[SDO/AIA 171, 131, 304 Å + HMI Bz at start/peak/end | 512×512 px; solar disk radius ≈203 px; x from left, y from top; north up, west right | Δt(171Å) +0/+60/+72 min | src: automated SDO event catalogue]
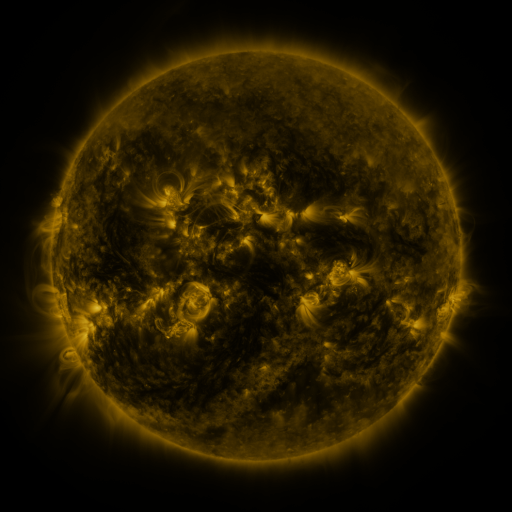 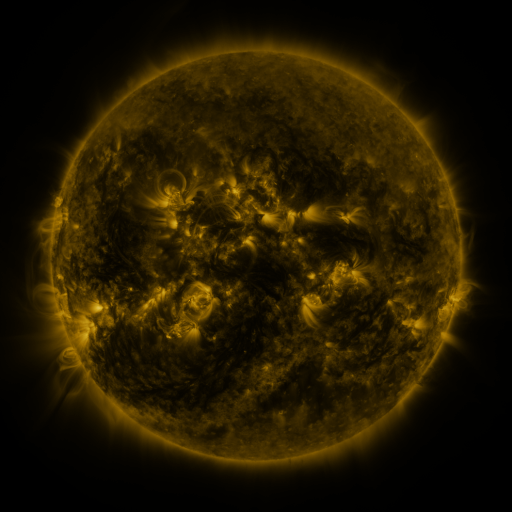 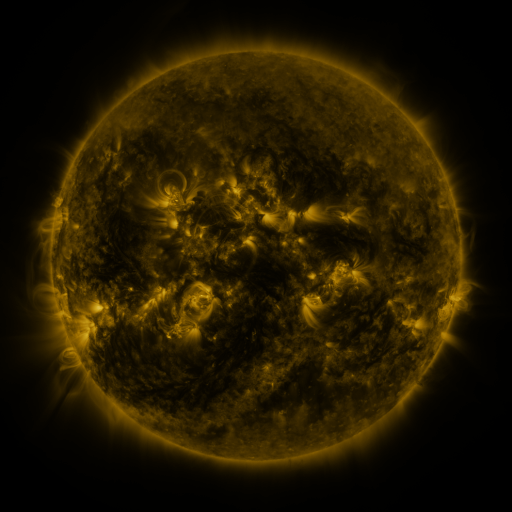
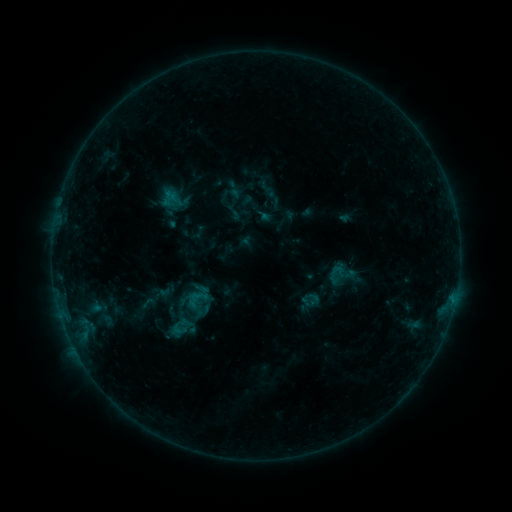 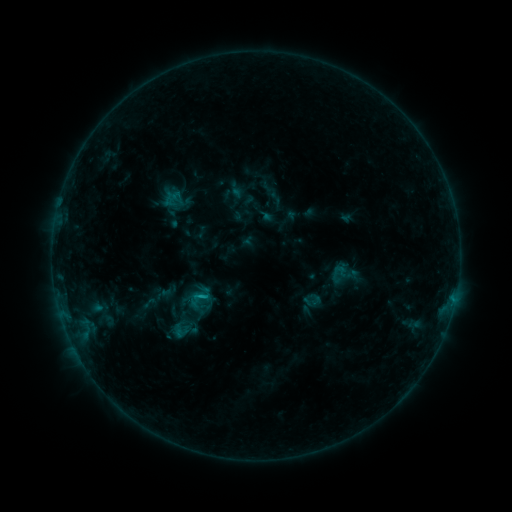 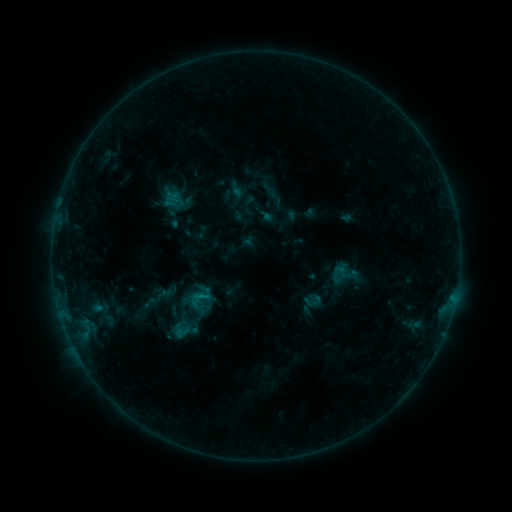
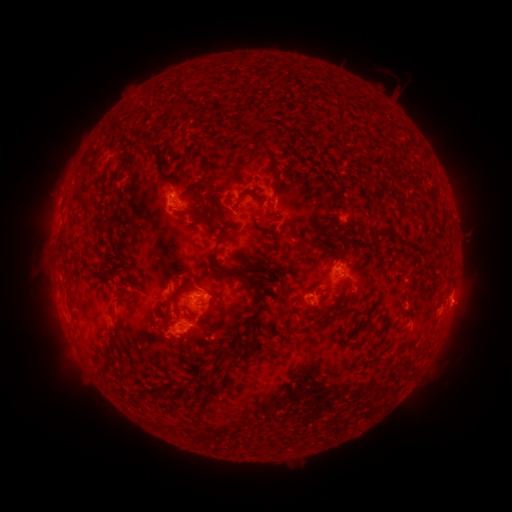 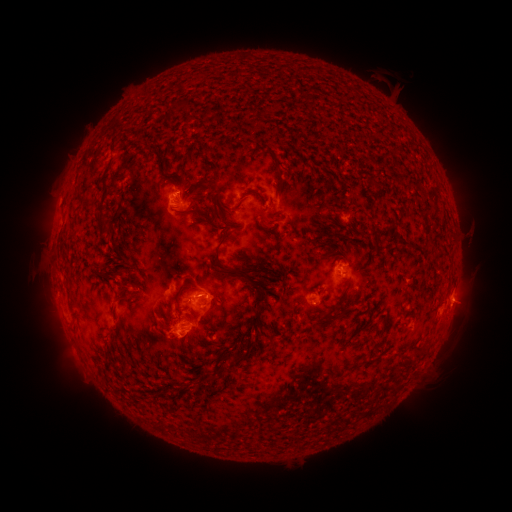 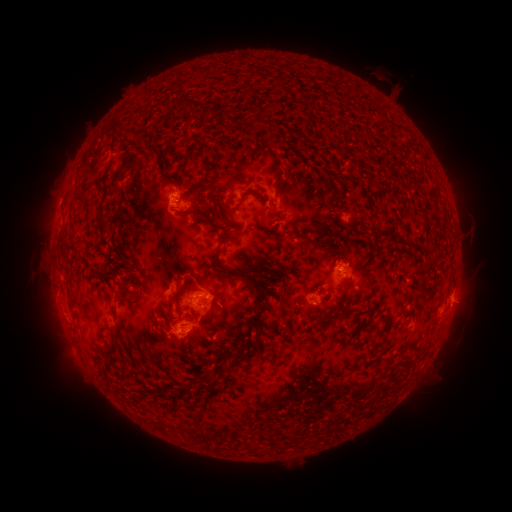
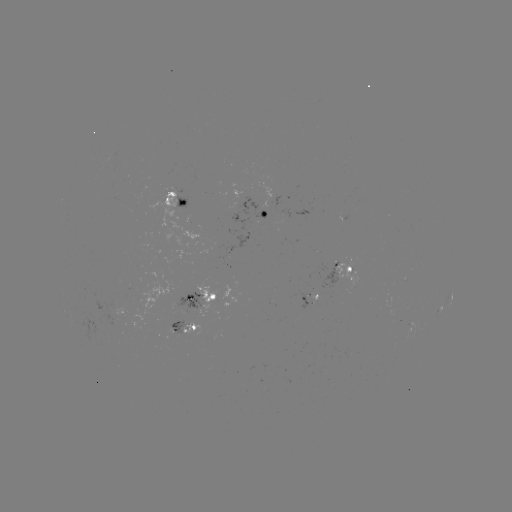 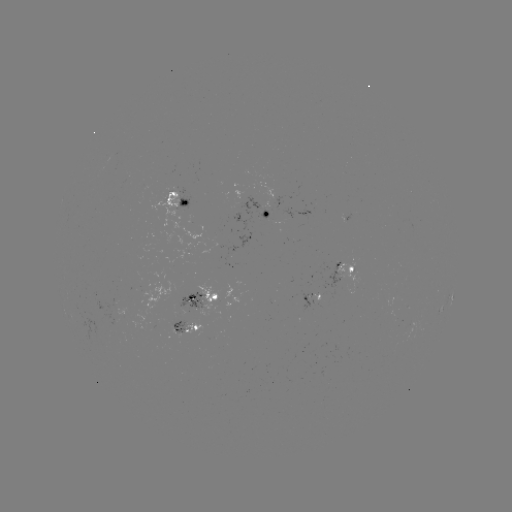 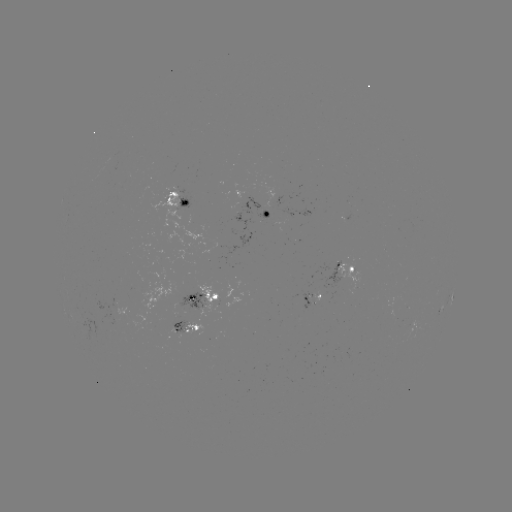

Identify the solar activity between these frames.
emerging-flux region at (197, 300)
